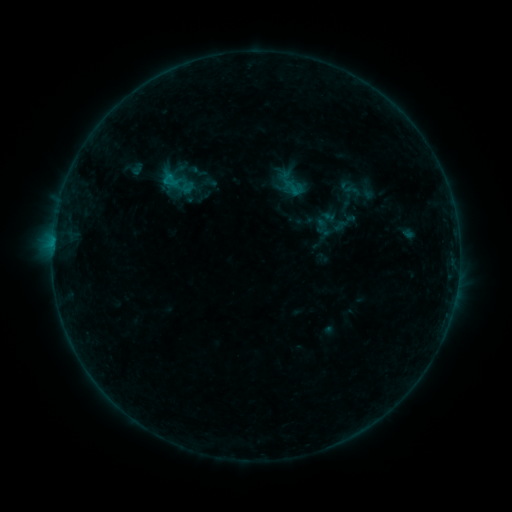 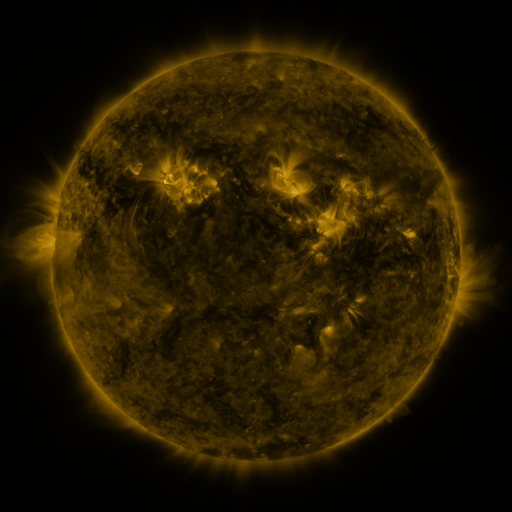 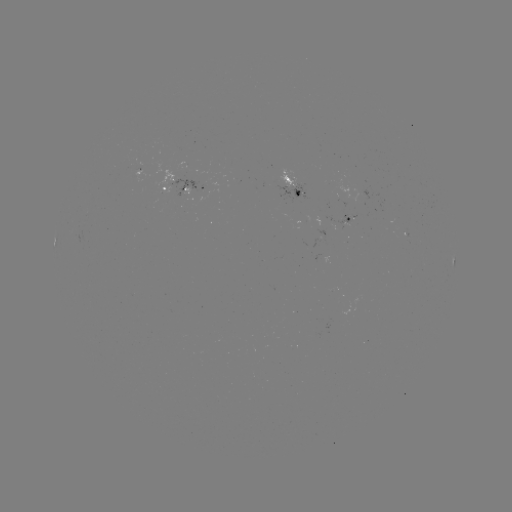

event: sigmoid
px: (293, 187)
